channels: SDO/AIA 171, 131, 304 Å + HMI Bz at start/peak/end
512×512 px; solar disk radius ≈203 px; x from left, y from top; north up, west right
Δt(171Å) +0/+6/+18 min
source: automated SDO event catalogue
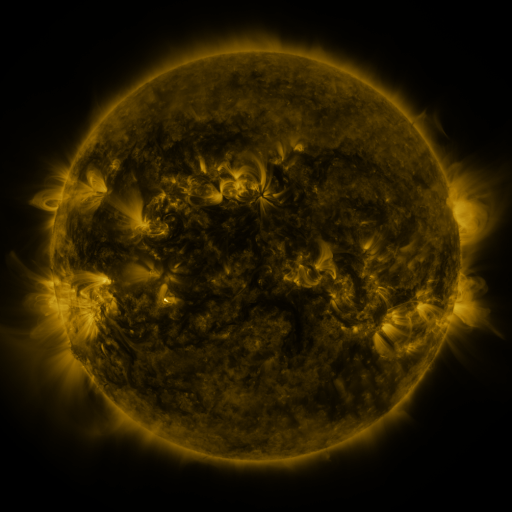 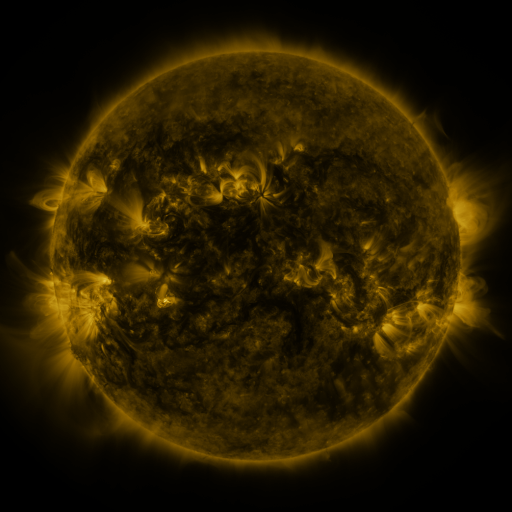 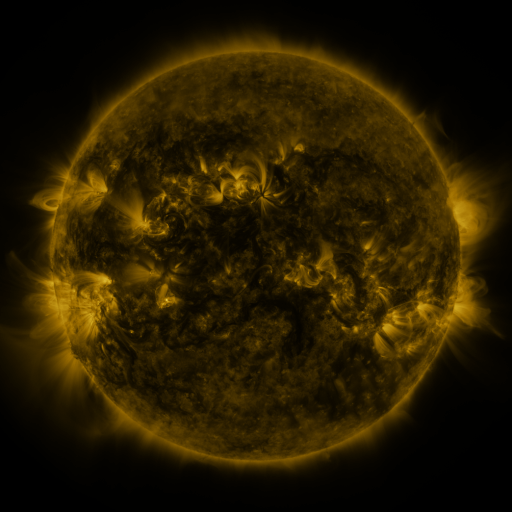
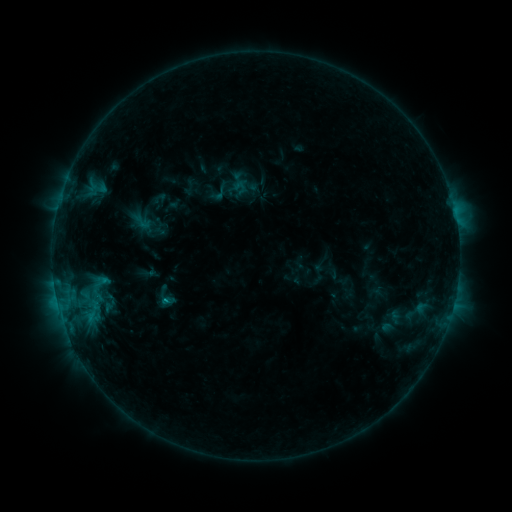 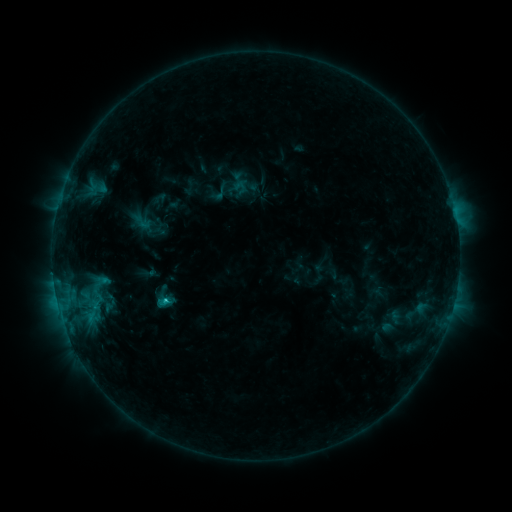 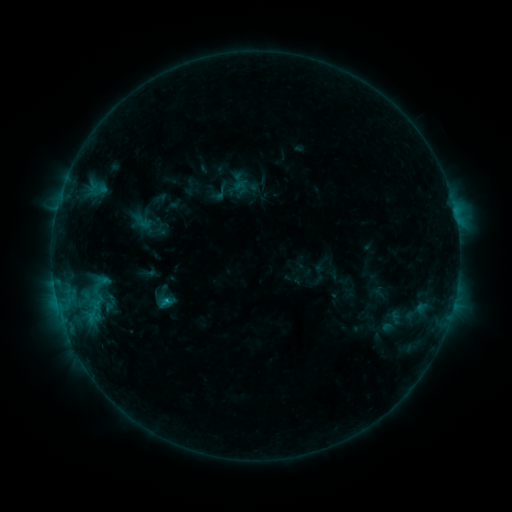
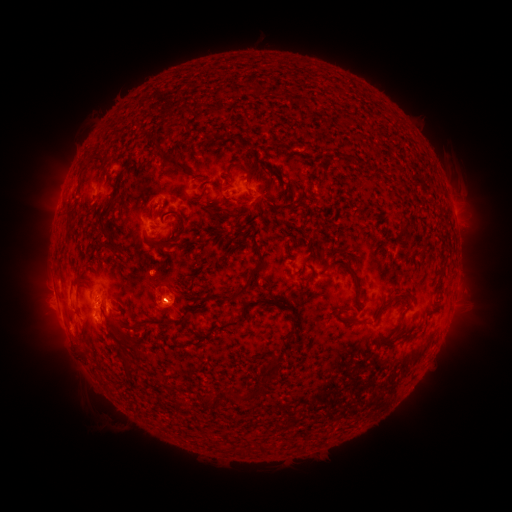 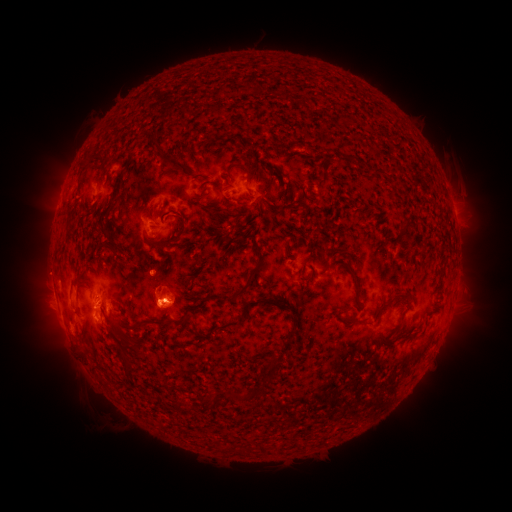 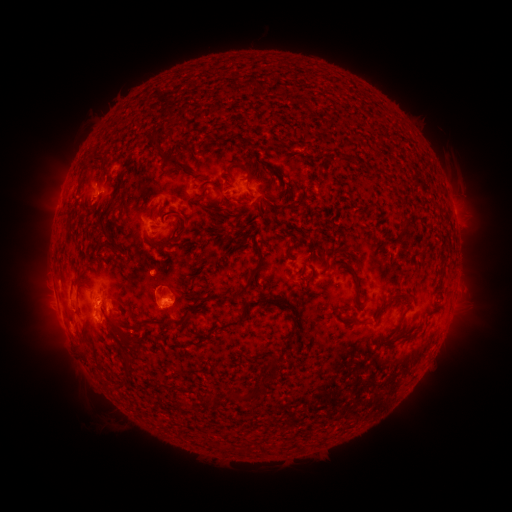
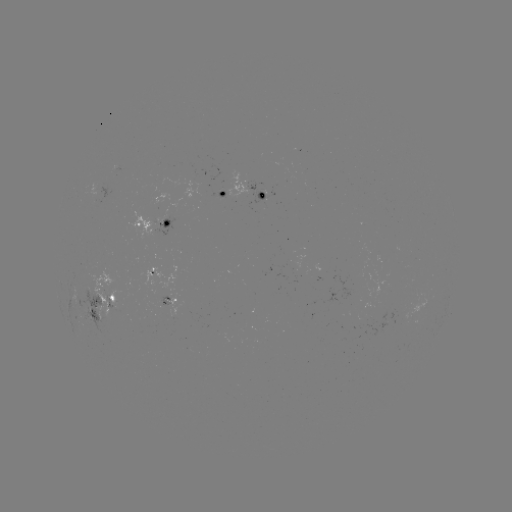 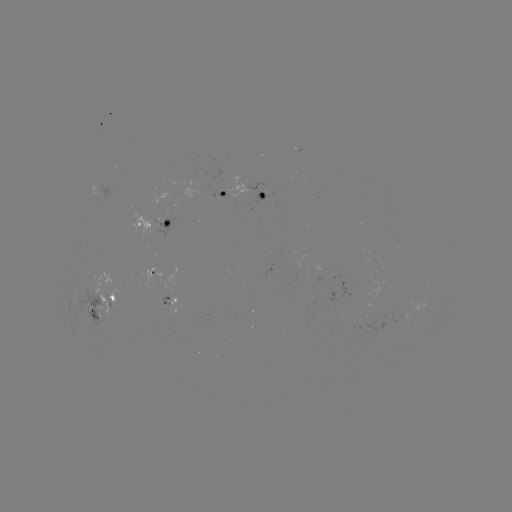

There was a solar flare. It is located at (167, 298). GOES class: C1.0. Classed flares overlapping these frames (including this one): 1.